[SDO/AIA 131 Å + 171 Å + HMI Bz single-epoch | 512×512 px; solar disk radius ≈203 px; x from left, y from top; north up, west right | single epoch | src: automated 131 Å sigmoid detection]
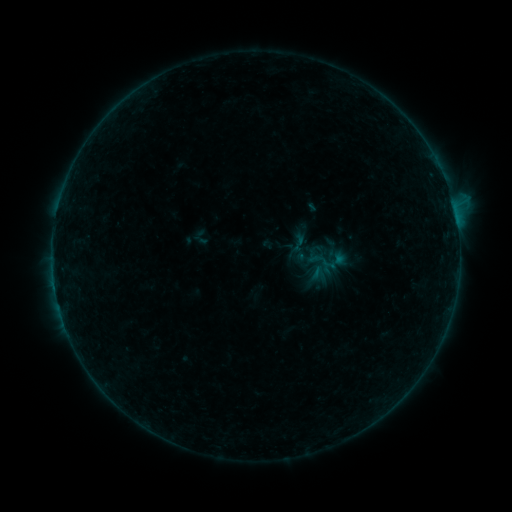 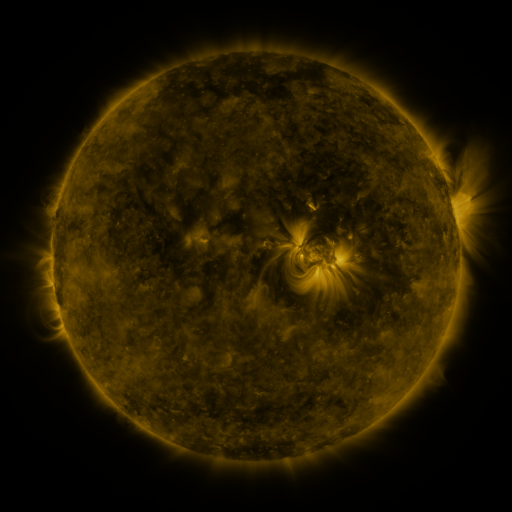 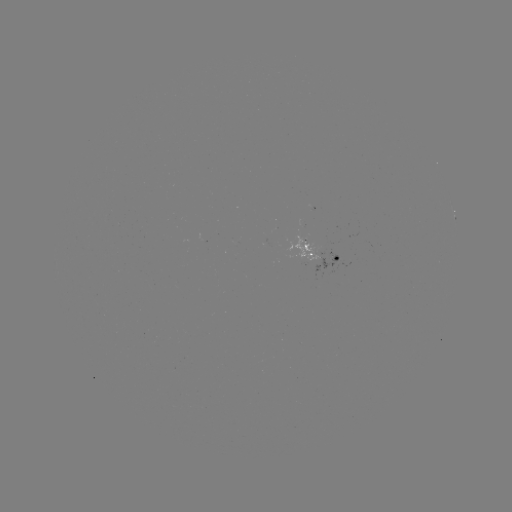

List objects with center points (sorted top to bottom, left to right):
sigmoid: (299, 243)
